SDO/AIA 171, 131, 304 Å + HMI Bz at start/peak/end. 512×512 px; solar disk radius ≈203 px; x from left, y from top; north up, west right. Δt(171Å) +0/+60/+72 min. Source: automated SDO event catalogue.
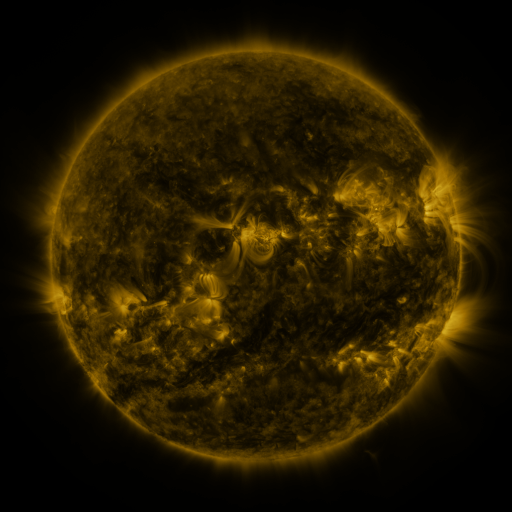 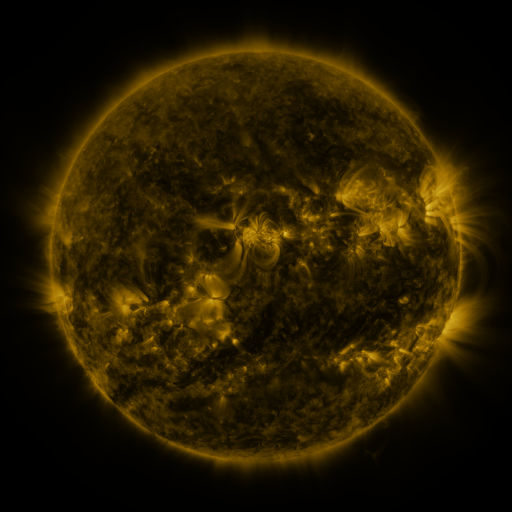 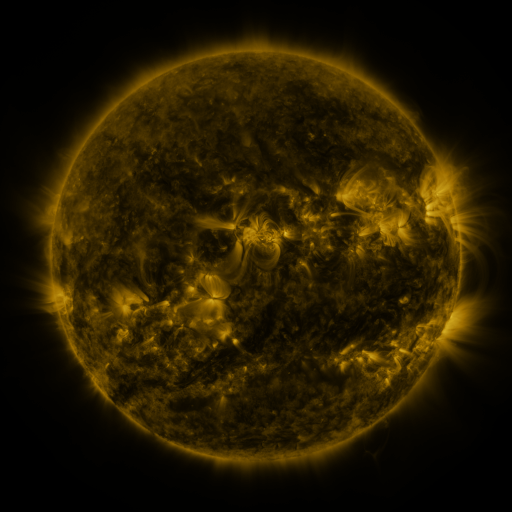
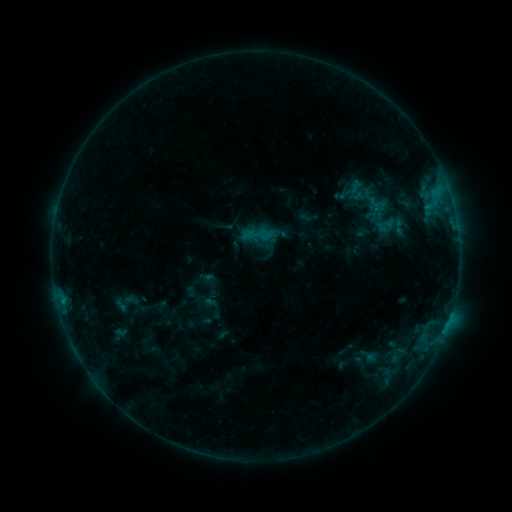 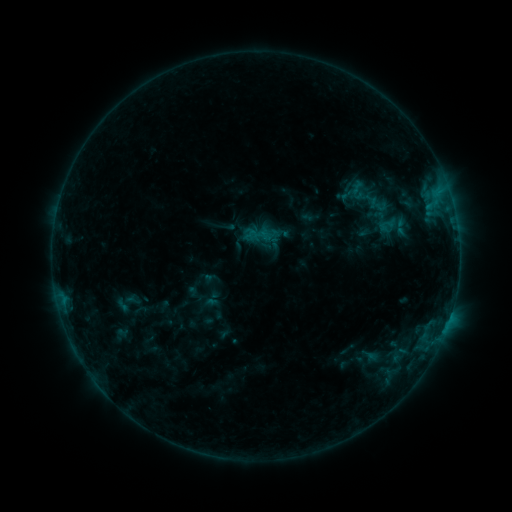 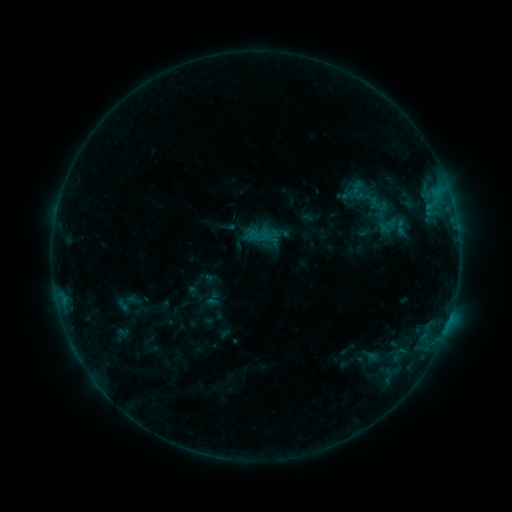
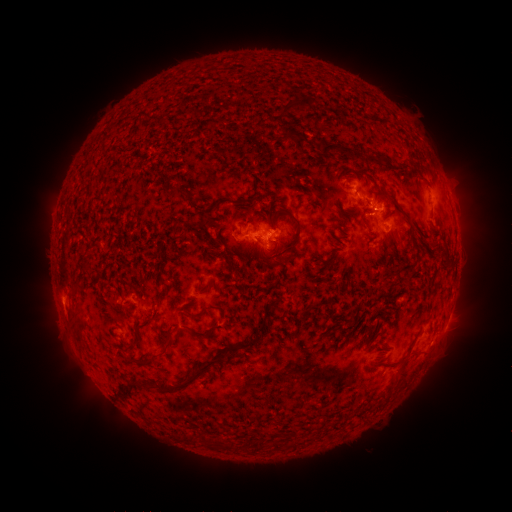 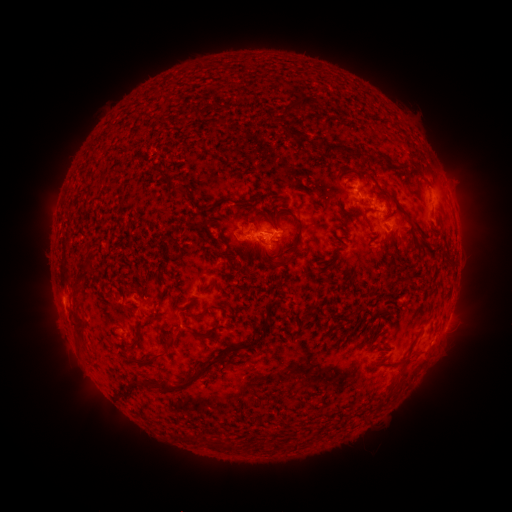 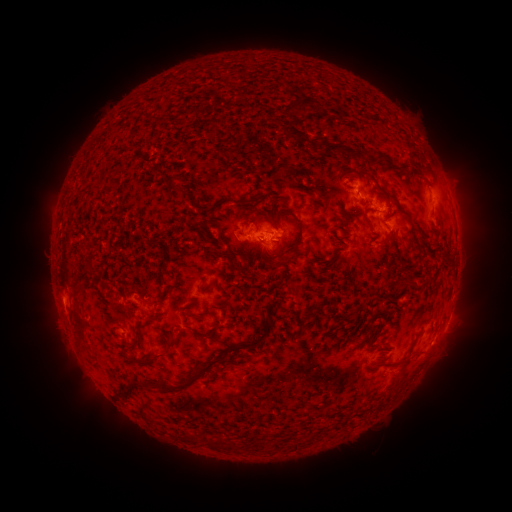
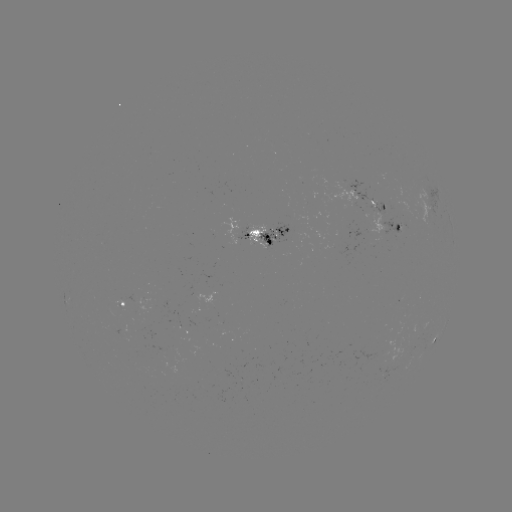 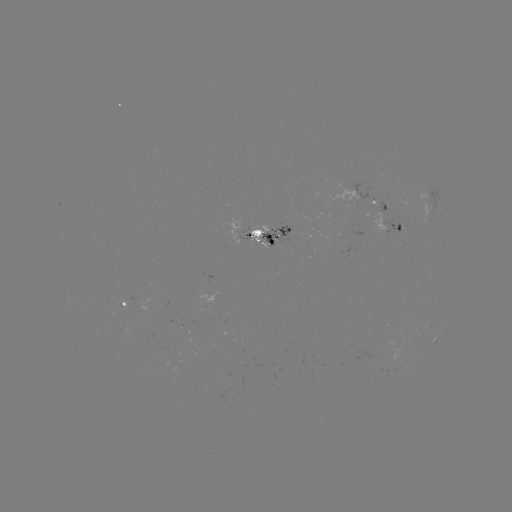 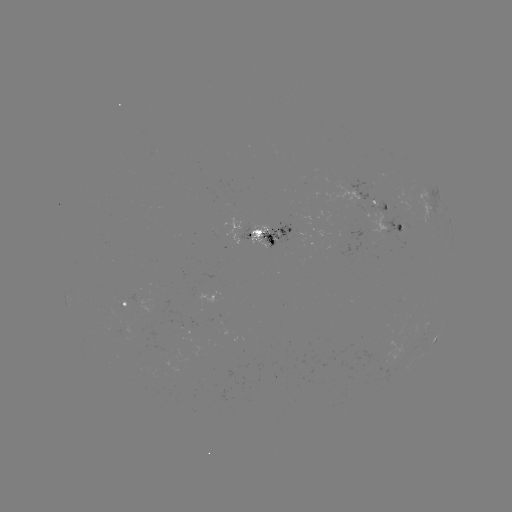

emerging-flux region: (259, 221, 291, 252)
